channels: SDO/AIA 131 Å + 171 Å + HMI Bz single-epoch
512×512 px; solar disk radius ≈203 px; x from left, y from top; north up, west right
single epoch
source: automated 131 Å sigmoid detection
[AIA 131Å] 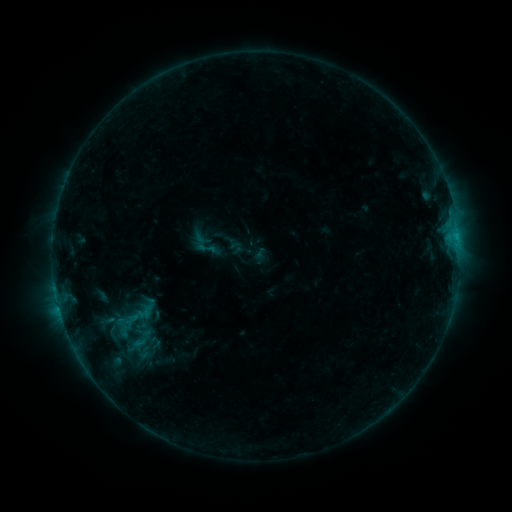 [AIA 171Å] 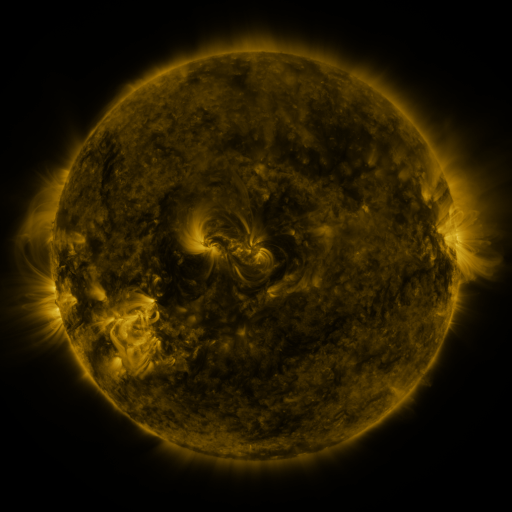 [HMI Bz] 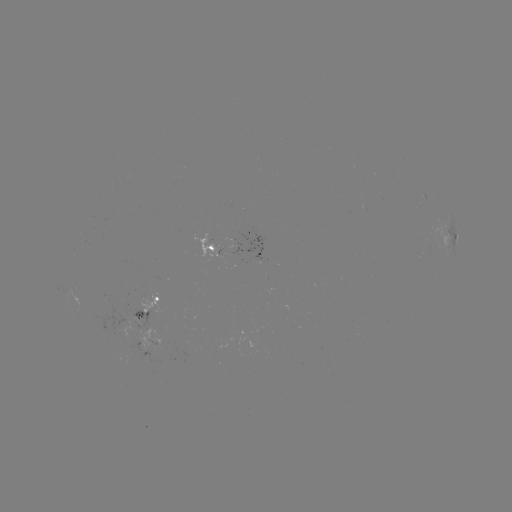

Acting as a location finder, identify sigmoid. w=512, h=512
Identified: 206,248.